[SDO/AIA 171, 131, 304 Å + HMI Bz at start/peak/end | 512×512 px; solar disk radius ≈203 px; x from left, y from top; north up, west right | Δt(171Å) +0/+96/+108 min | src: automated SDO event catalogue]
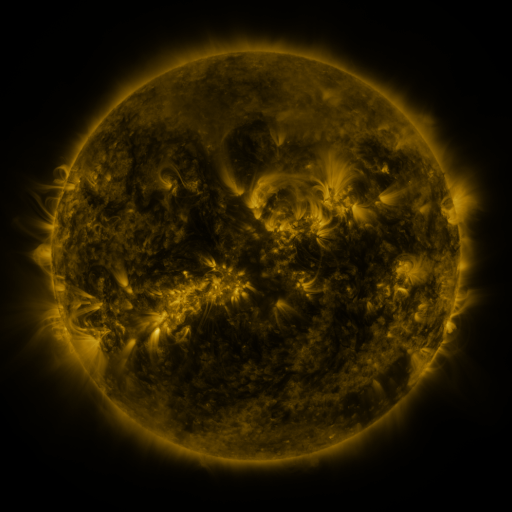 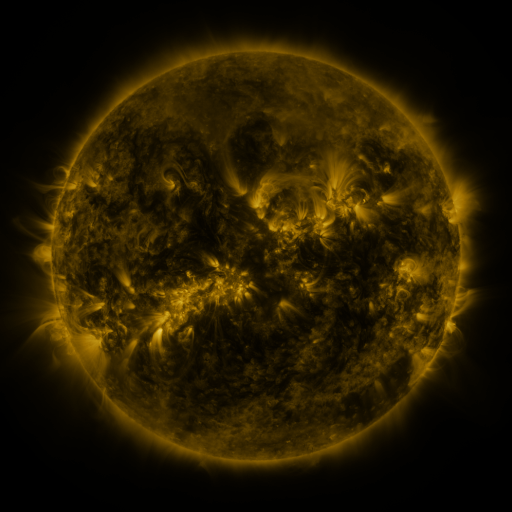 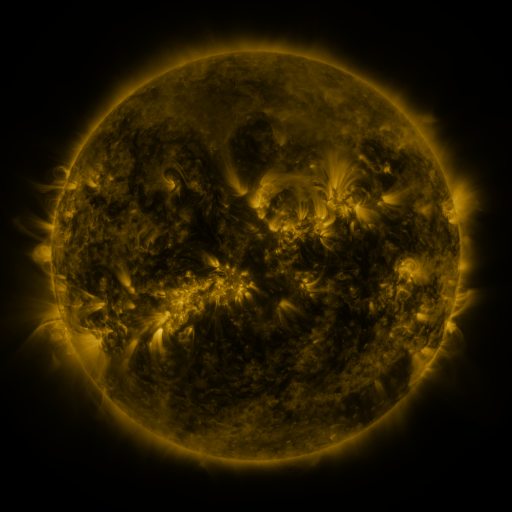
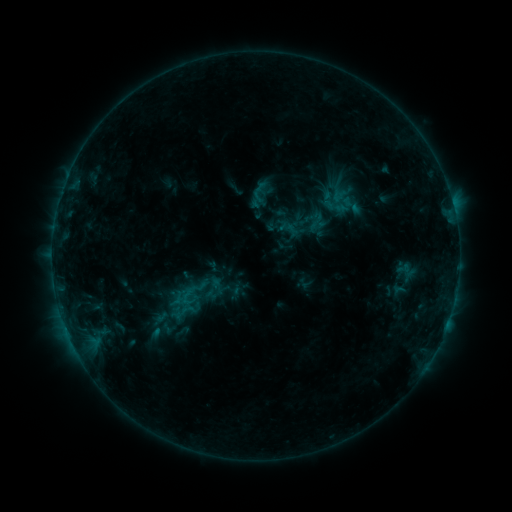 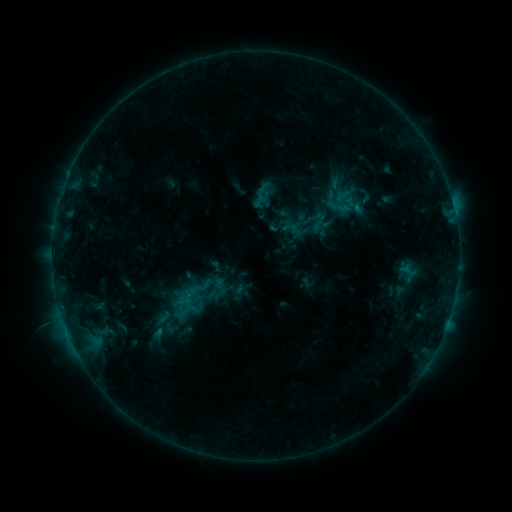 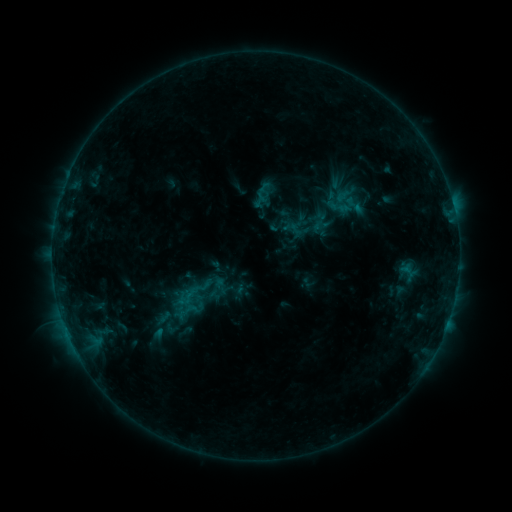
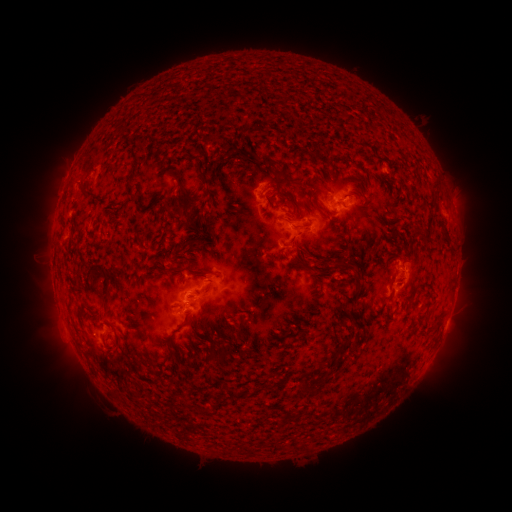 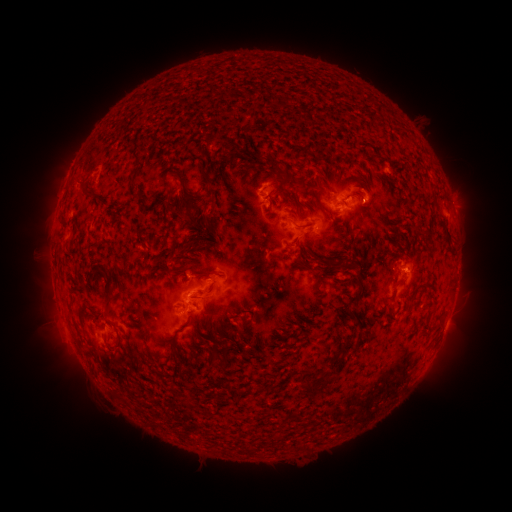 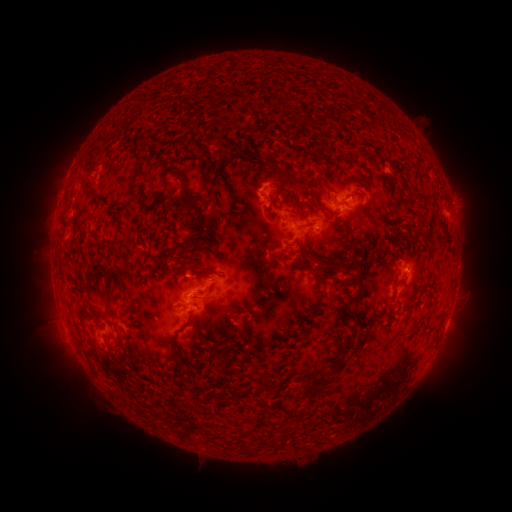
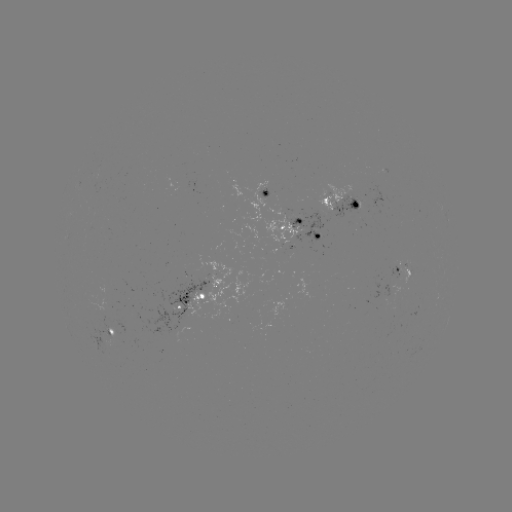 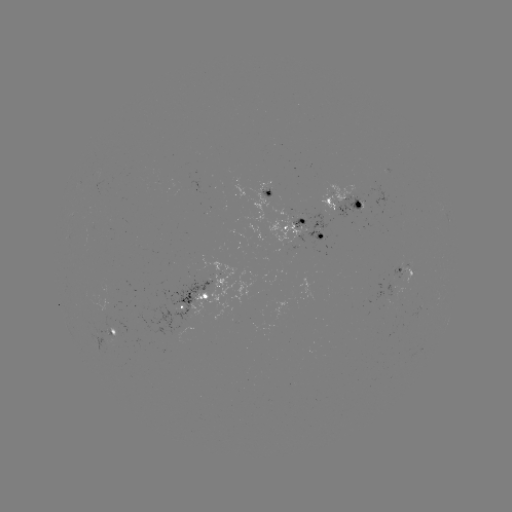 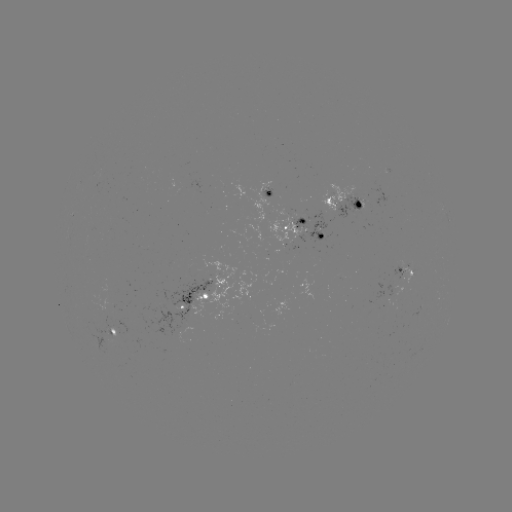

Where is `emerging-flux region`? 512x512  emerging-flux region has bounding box [261, 189, 272, 198].